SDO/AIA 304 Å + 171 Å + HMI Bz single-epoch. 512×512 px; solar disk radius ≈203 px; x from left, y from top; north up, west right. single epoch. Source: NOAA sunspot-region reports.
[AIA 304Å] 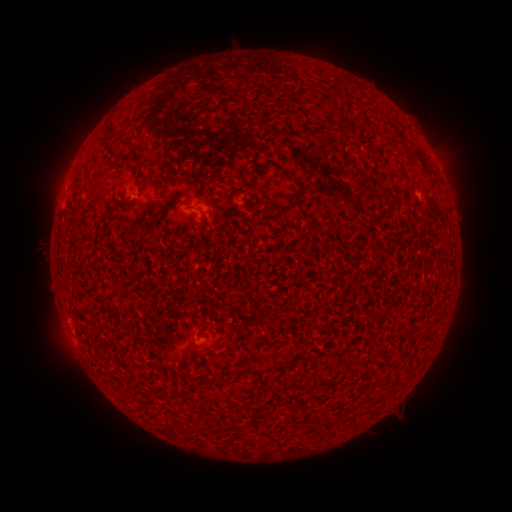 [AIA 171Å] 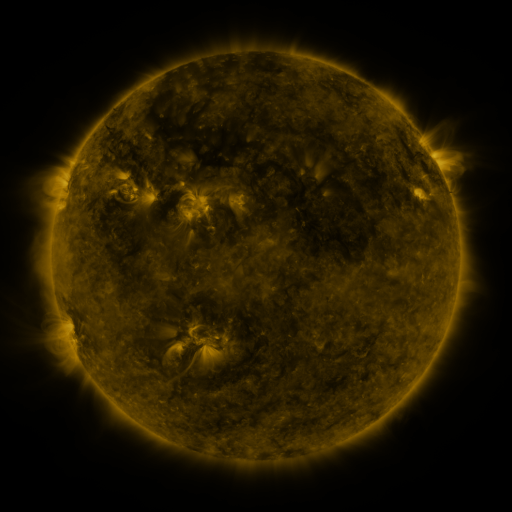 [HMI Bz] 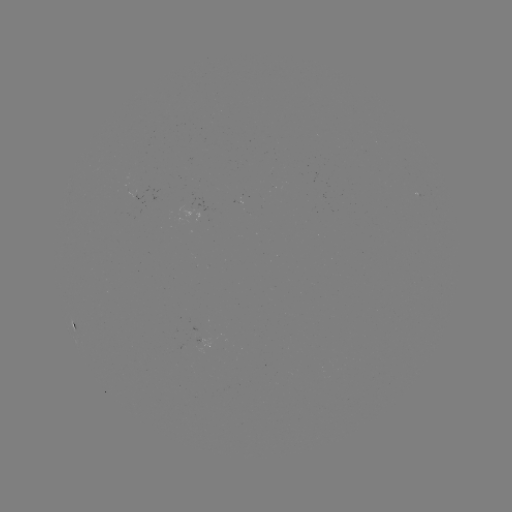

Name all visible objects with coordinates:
(none)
